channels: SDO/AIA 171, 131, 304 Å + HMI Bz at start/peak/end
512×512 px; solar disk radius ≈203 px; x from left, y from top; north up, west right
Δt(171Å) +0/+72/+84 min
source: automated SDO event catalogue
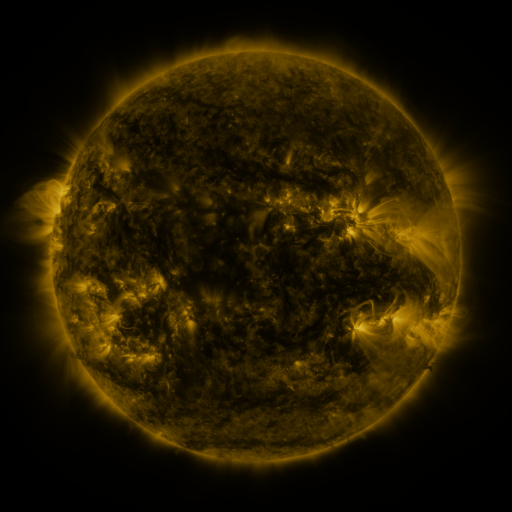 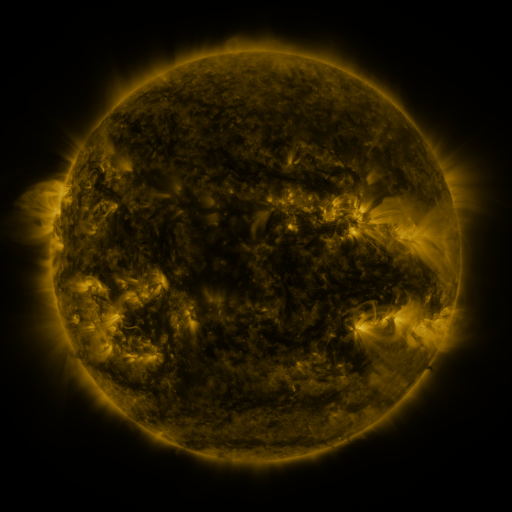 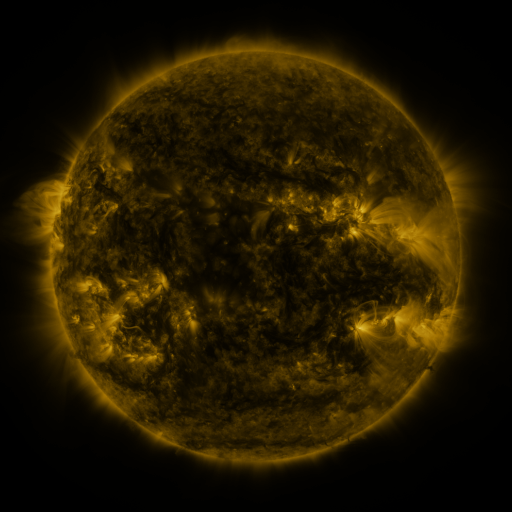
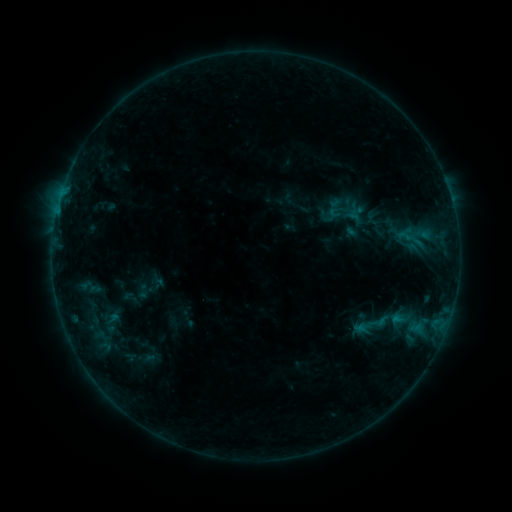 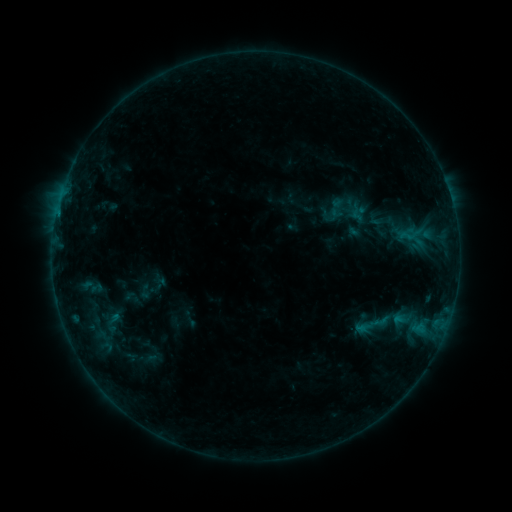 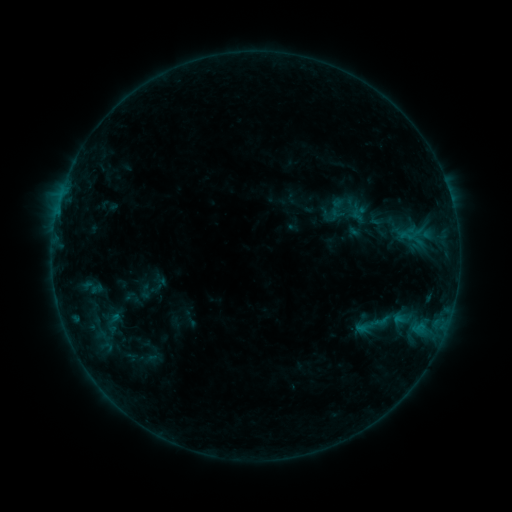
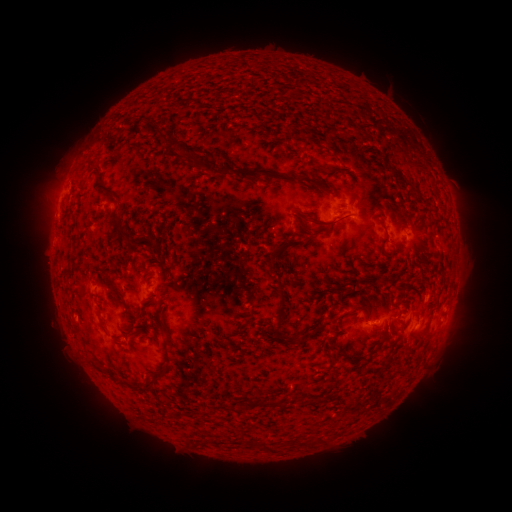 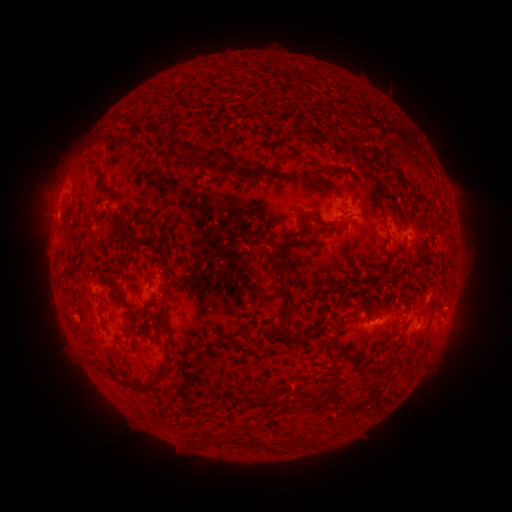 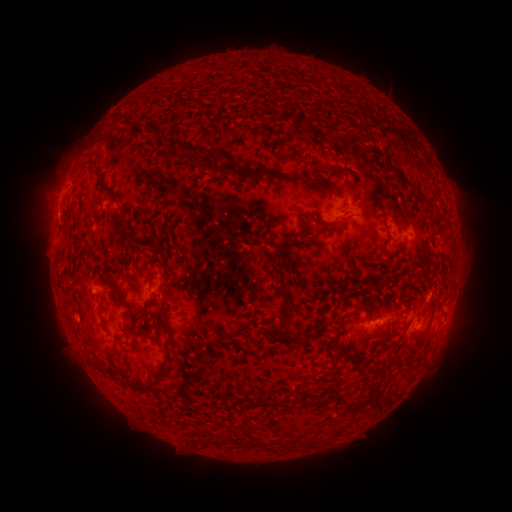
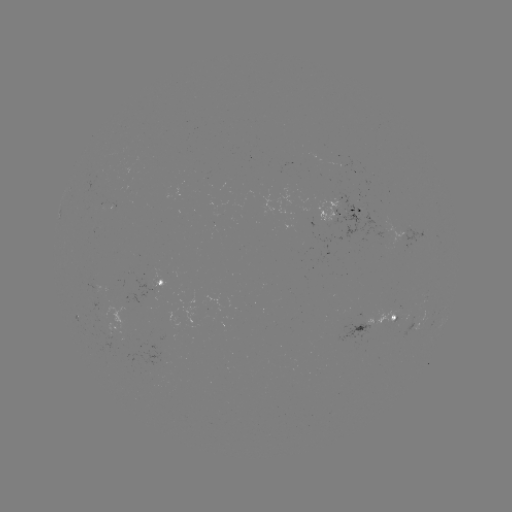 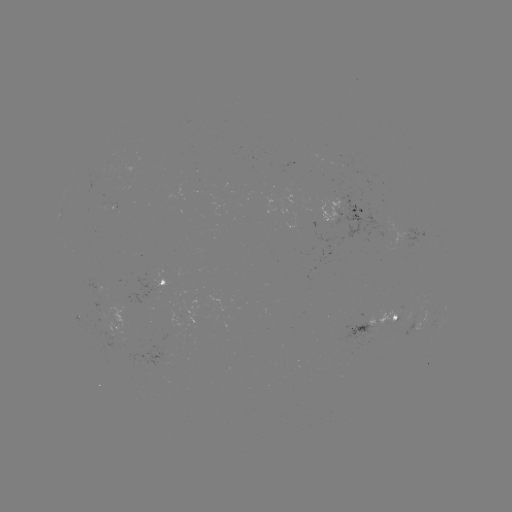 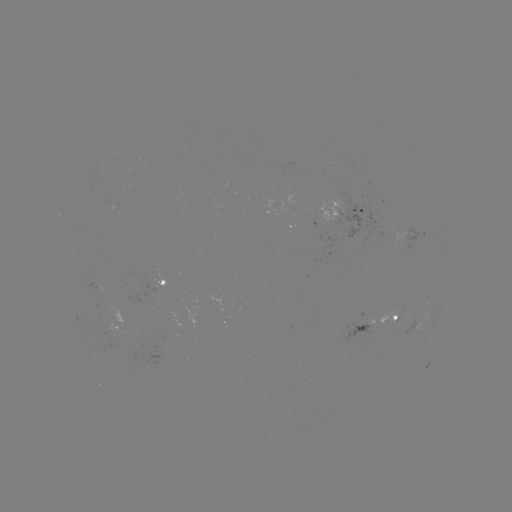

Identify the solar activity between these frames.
emerging-flux region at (383, 320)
